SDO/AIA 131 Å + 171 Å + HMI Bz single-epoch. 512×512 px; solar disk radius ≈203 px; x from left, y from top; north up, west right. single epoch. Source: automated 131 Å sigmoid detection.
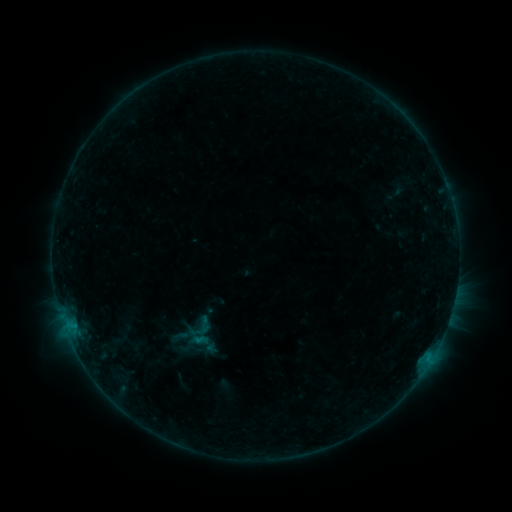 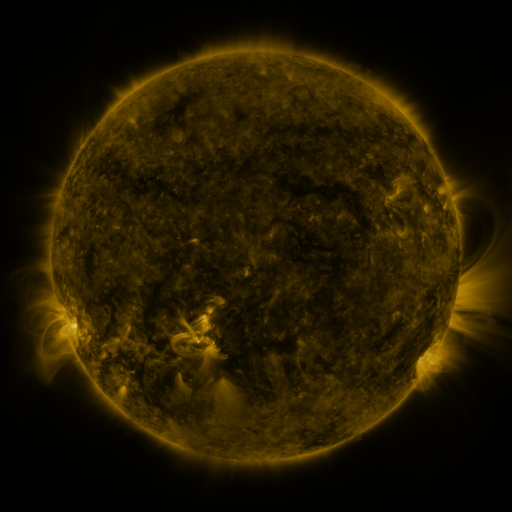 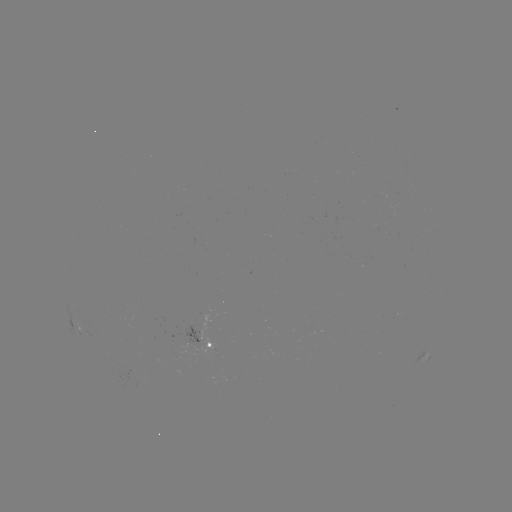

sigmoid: [185, 313, 215, 341]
